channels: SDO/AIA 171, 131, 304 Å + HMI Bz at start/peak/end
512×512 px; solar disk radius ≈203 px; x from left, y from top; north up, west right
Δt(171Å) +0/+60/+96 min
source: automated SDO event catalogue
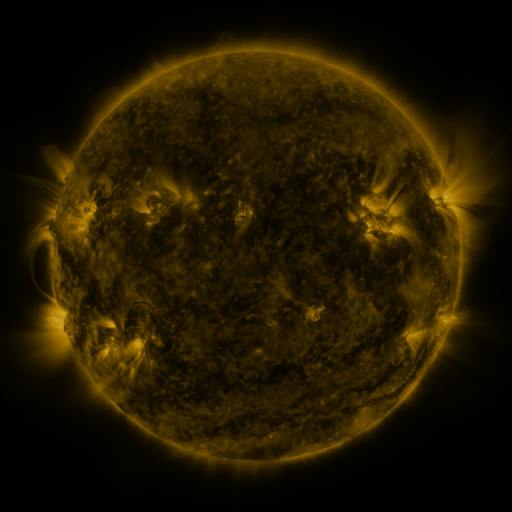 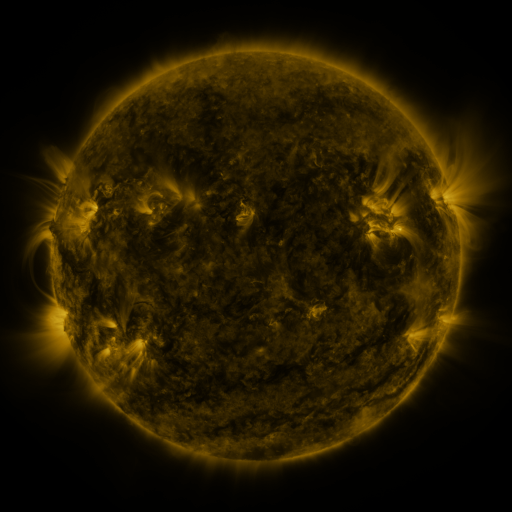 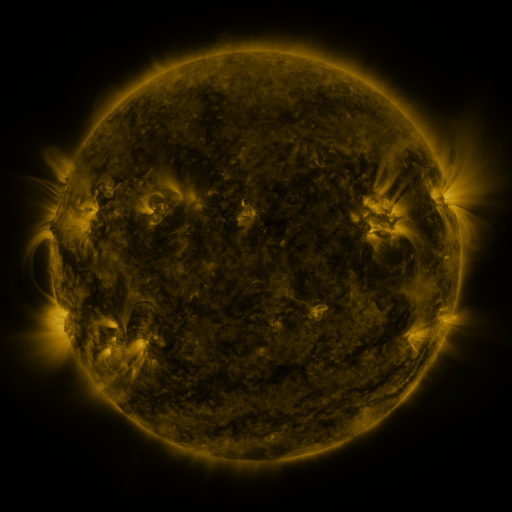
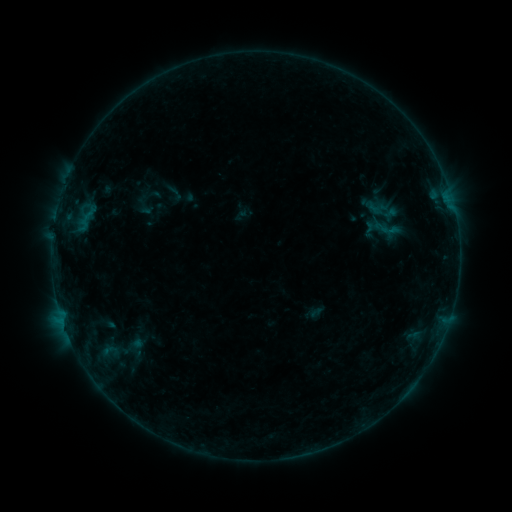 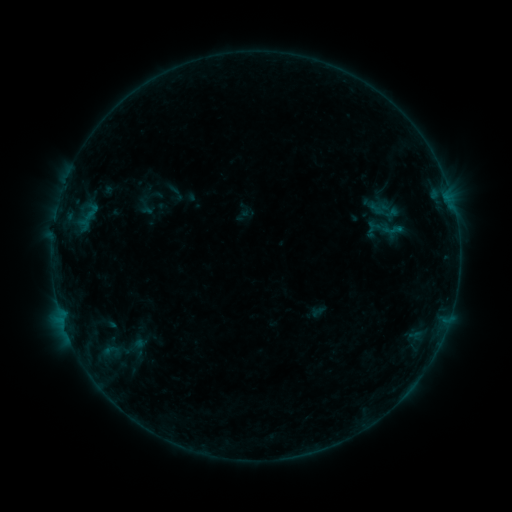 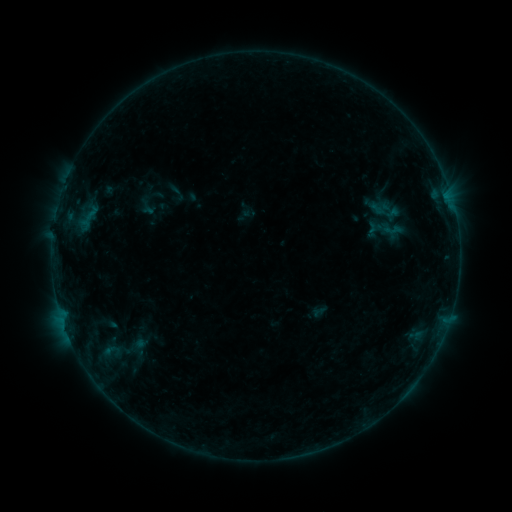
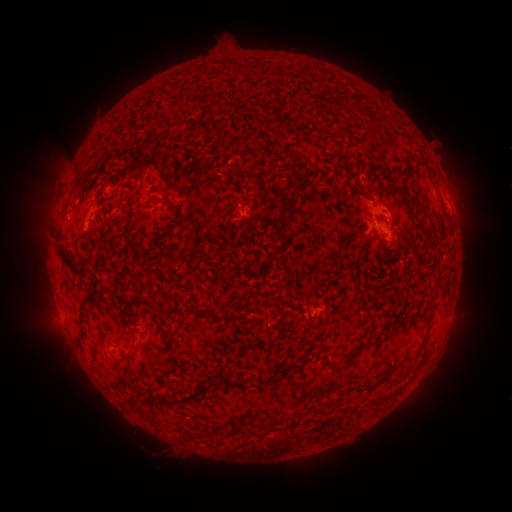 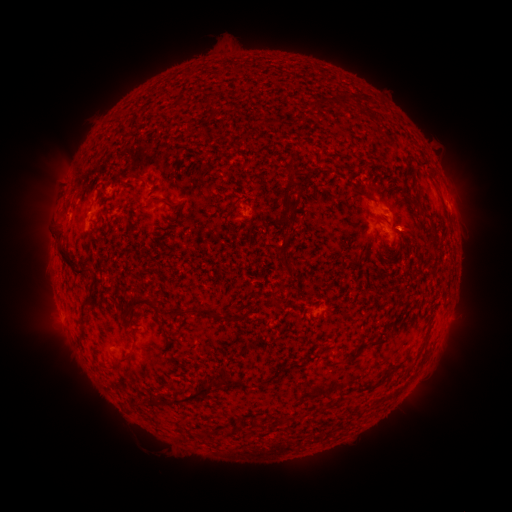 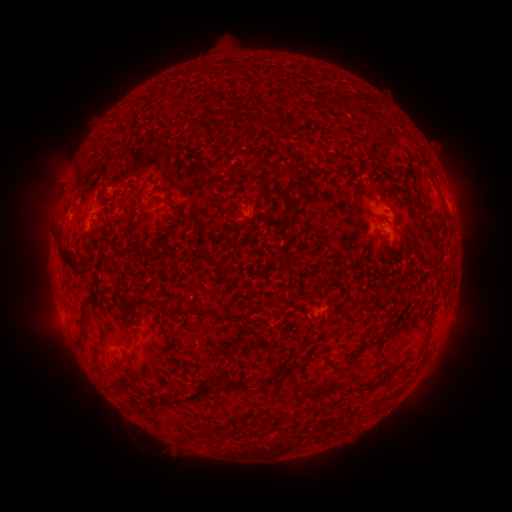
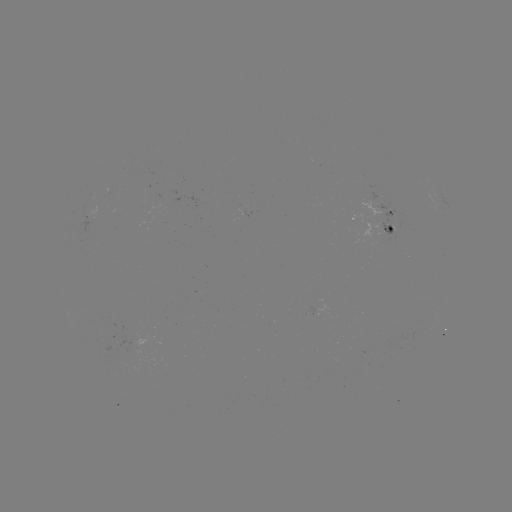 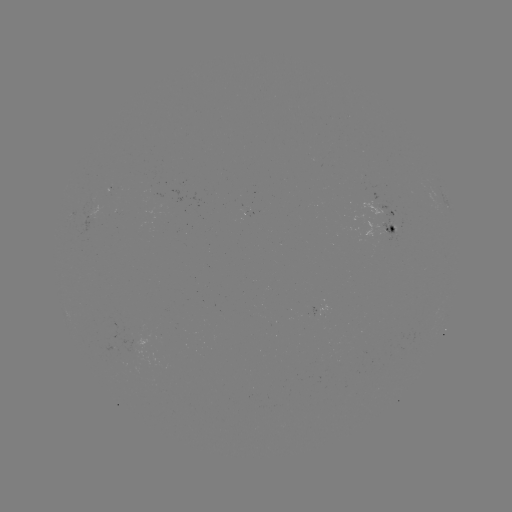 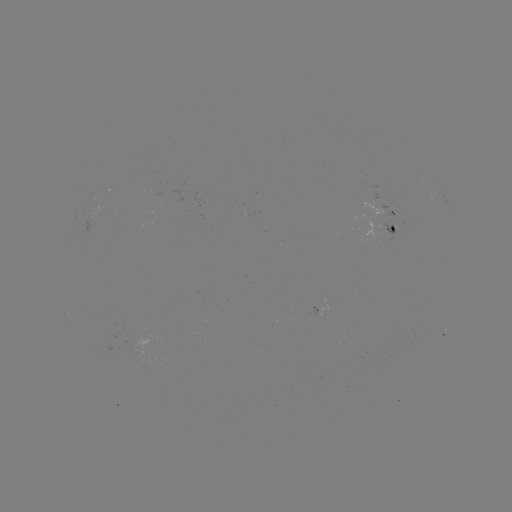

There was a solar emerging-flux region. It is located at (387, 229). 